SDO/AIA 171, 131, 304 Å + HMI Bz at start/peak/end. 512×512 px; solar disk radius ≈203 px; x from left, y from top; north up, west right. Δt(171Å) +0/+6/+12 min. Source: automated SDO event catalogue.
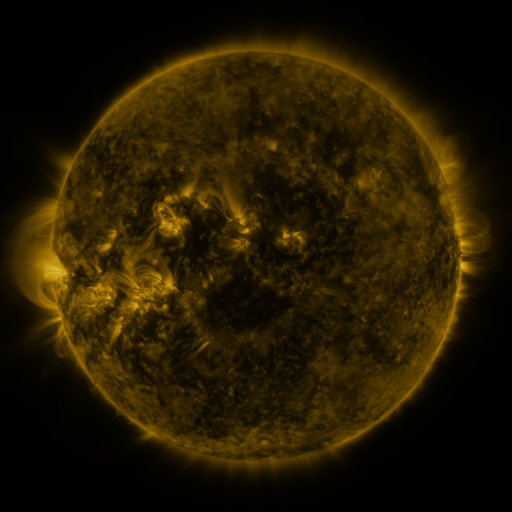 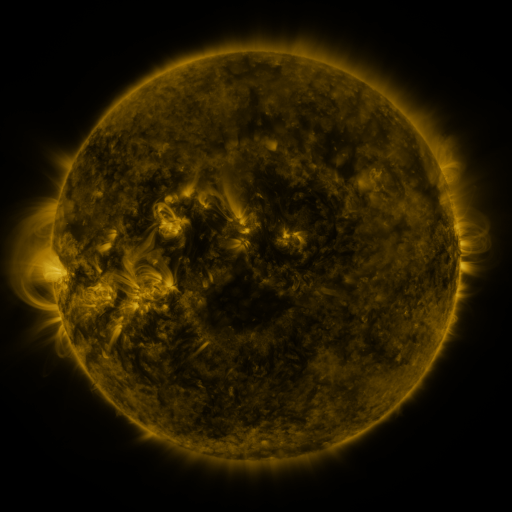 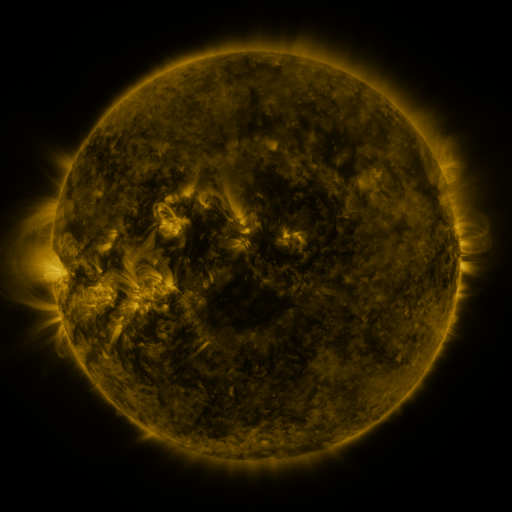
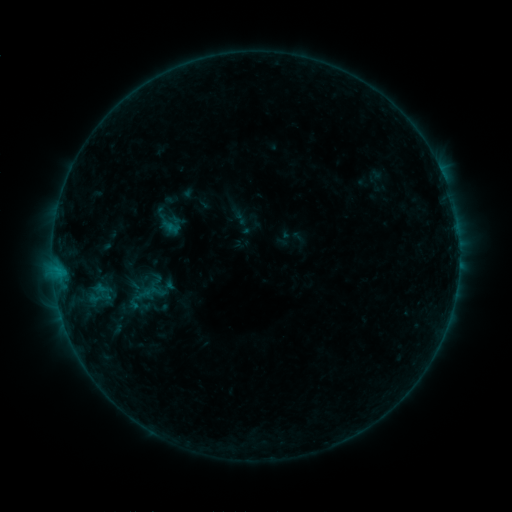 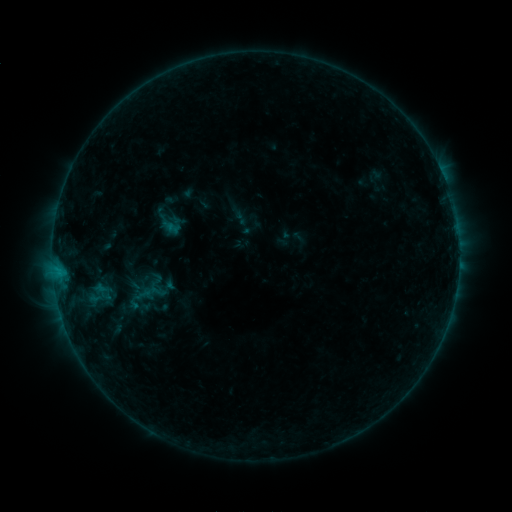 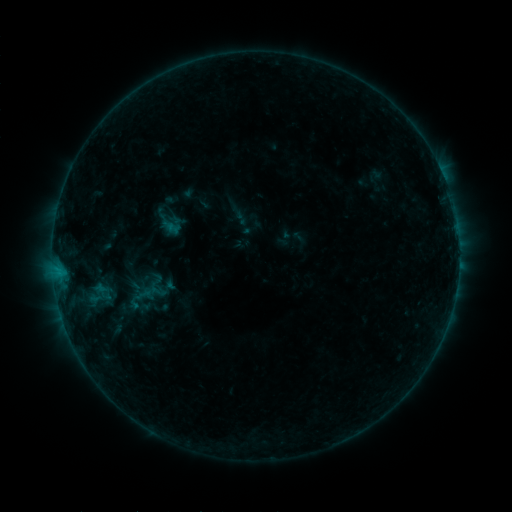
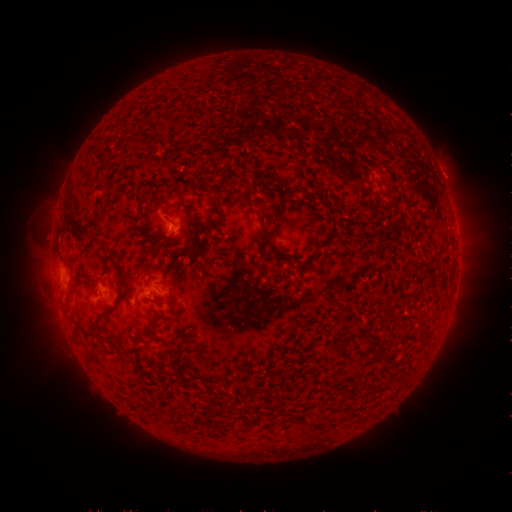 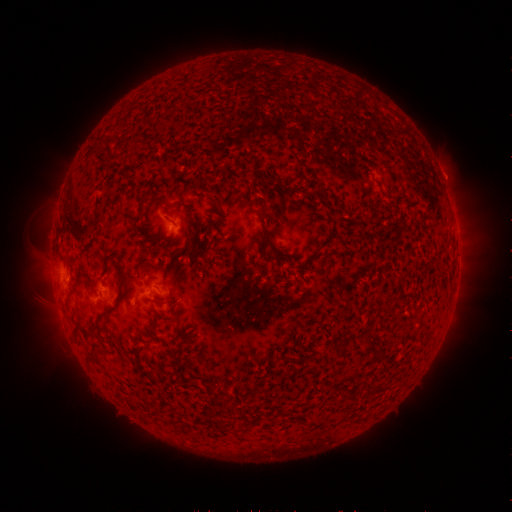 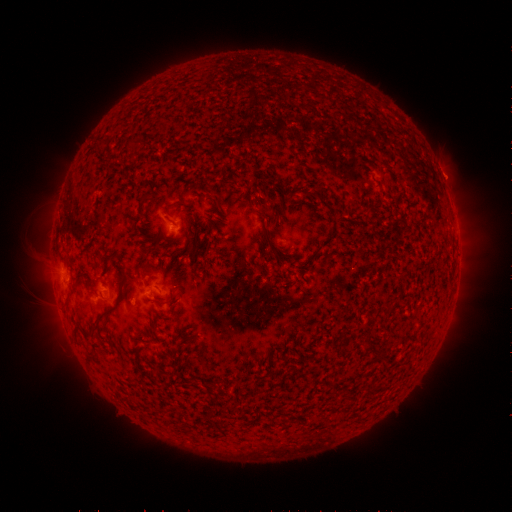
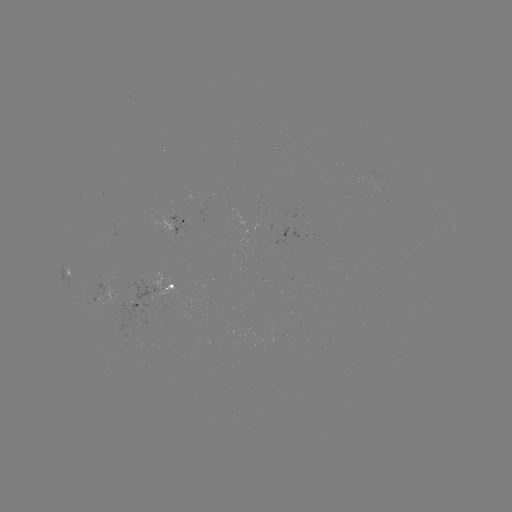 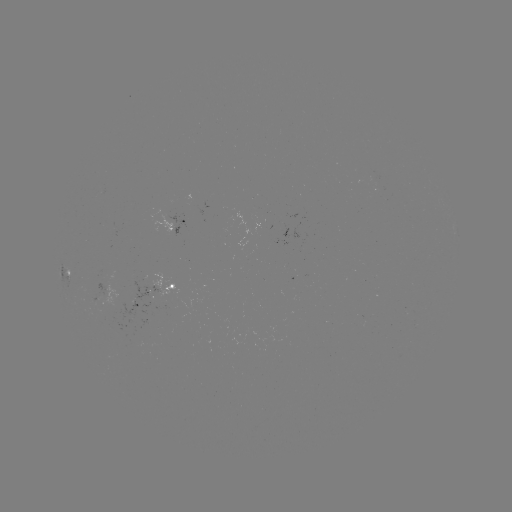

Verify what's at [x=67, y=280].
B3.4 flare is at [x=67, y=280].